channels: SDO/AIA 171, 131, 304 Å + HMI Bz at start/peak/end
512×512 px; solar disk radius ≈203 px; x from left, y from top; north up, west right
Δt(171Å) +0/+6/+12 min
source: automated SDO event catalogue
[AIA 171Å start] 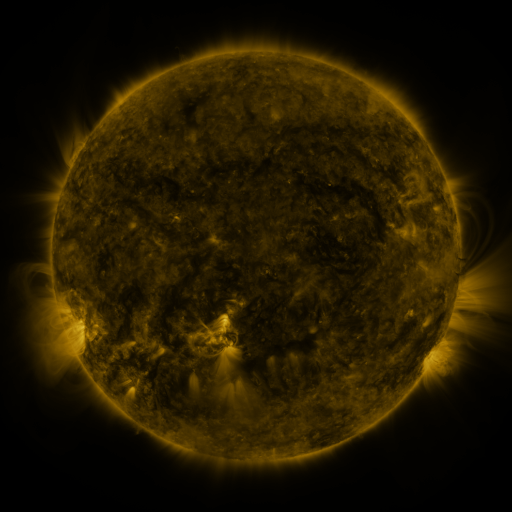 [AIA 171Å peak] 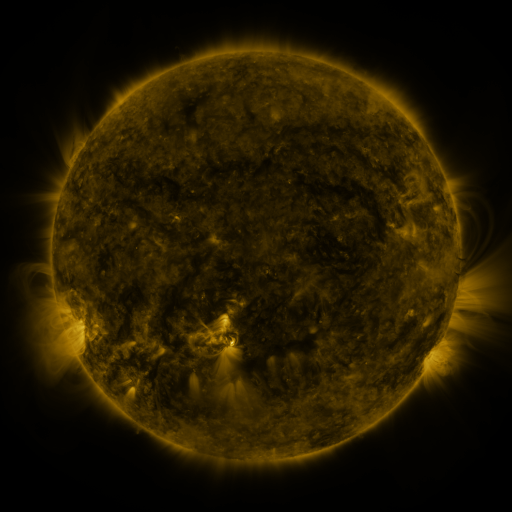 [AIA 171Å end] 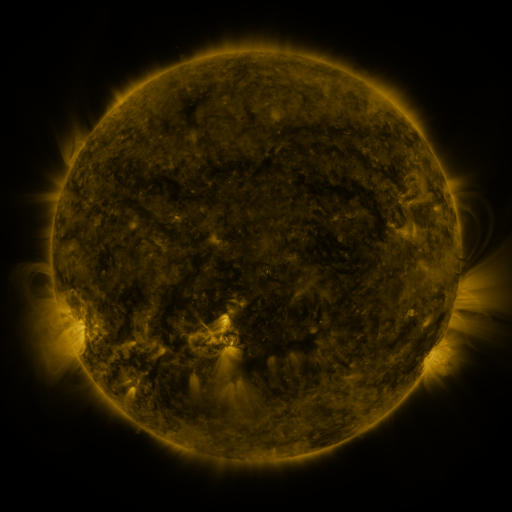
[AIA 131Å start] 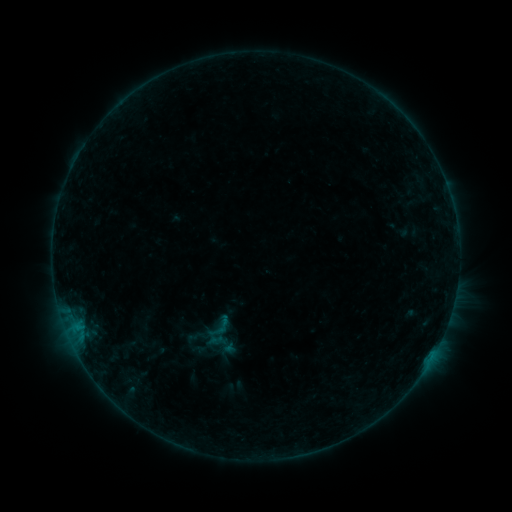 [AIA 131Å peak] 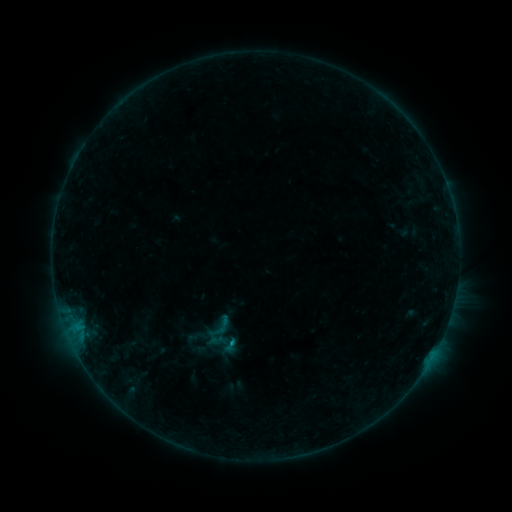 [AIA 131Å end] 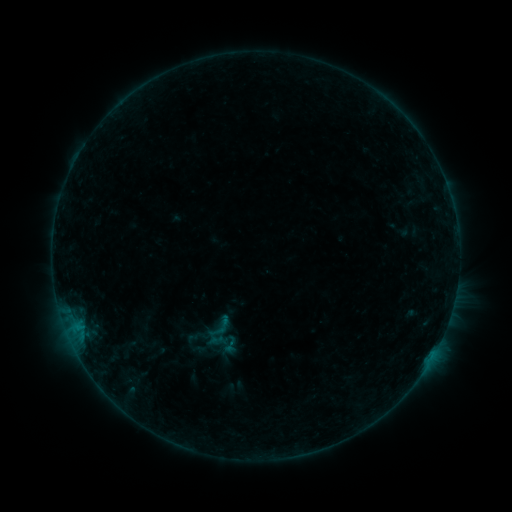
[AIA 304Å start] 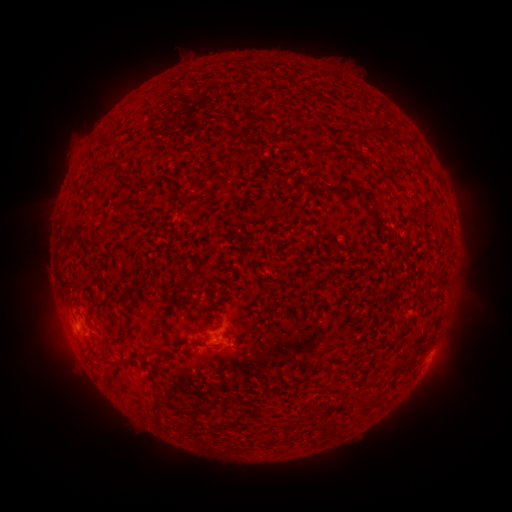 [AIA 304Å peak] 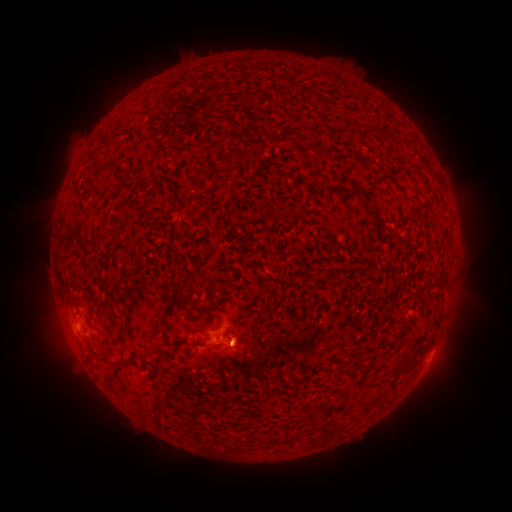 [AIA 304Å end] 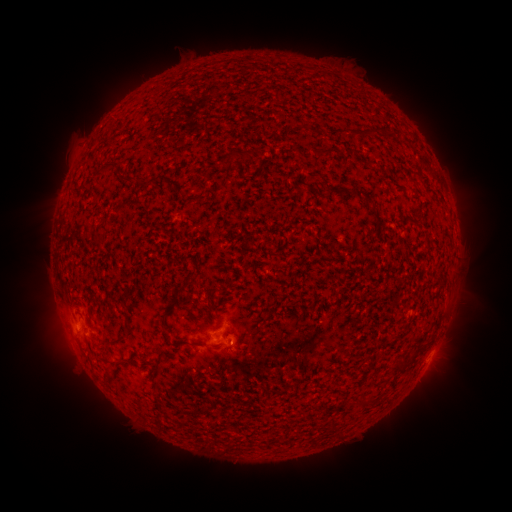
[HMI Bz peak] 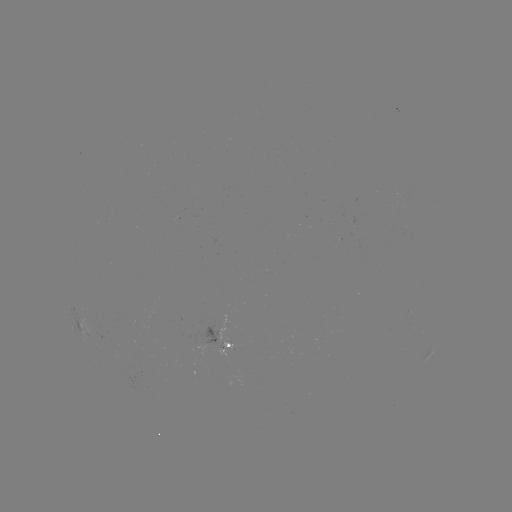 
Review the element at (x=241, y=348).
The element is eruption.